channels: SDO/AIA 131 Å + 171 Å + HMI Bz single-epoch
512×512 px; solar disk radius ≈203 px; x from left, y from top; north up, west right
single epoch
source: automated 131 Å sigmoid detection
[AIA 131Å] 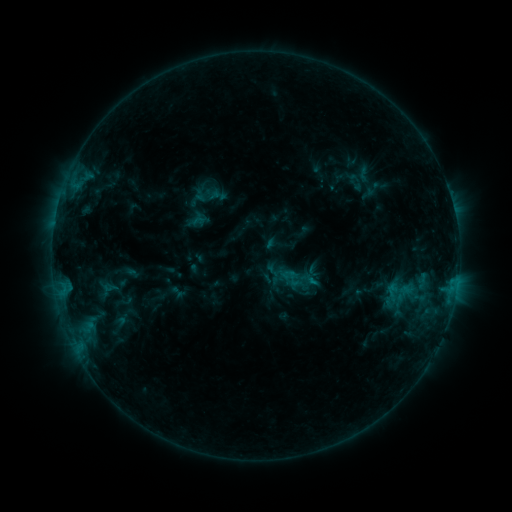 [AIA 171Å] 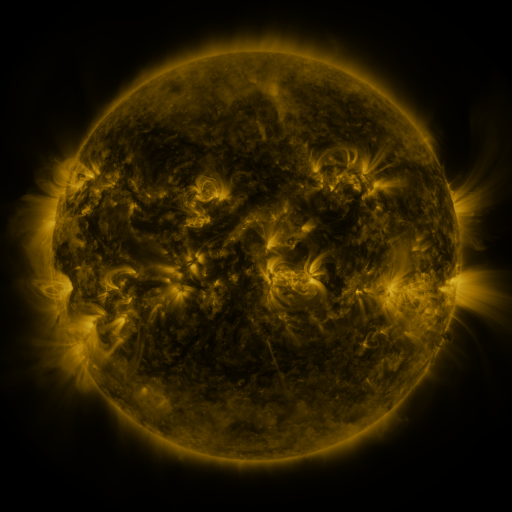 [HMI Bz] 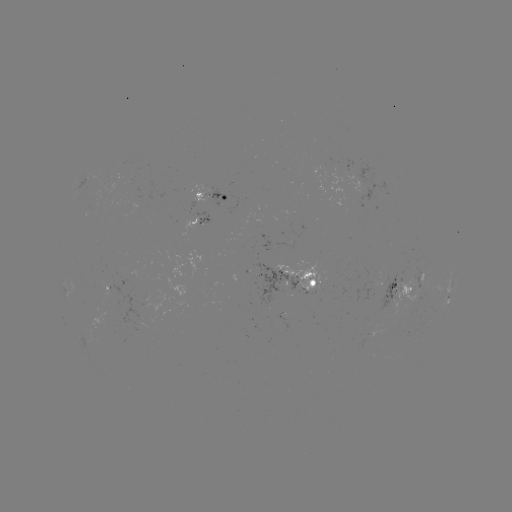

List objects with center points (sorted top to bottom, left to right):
sigmoid: (208, 195)
sigmoid: (301, 281)
sigmoid: (402, 293)
